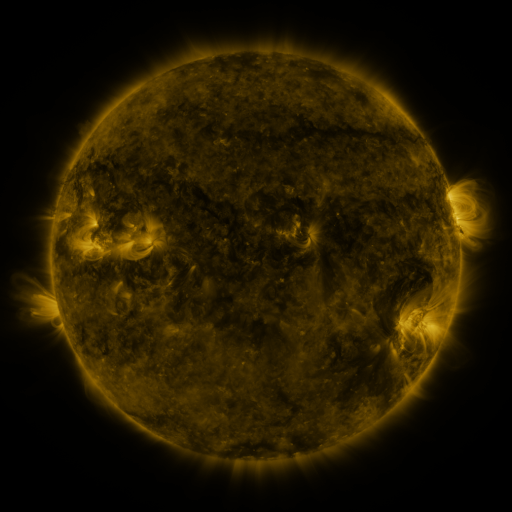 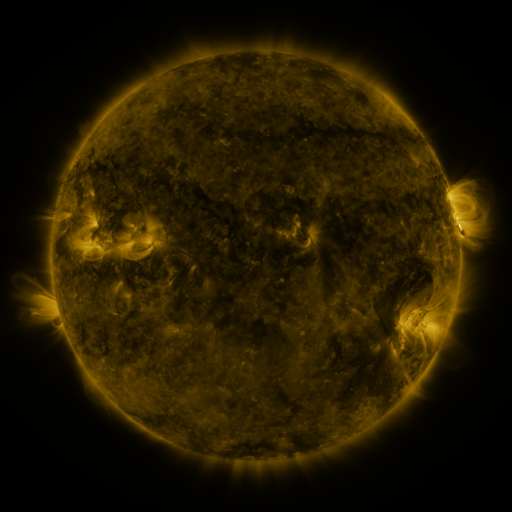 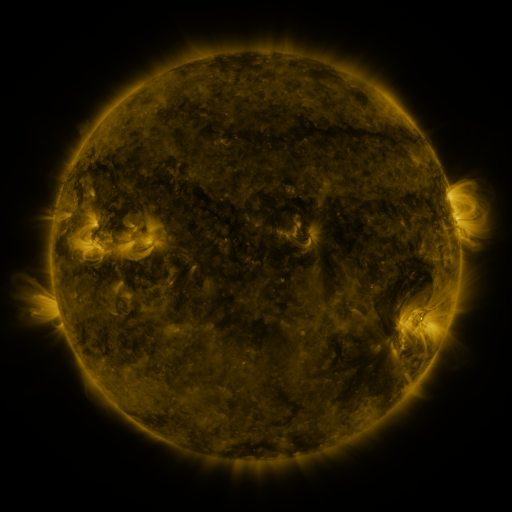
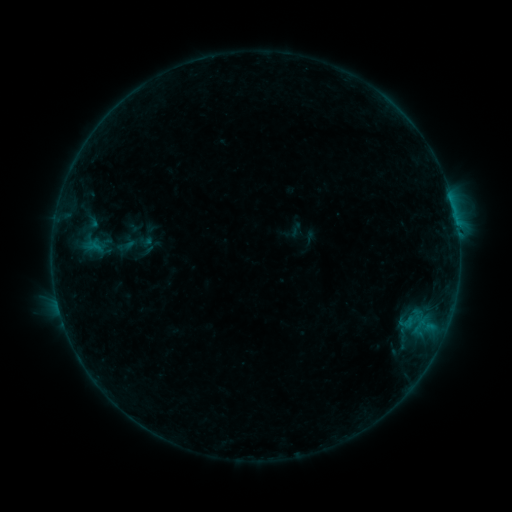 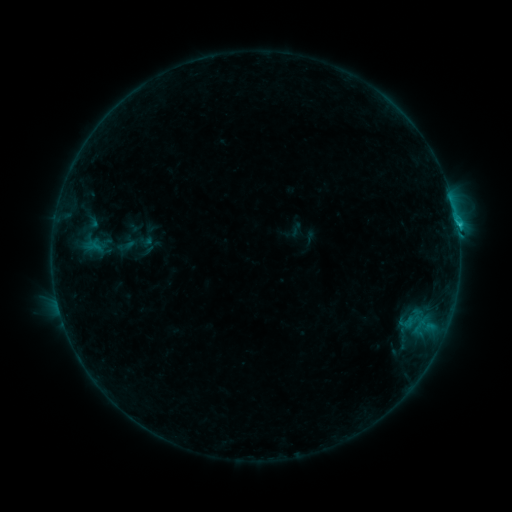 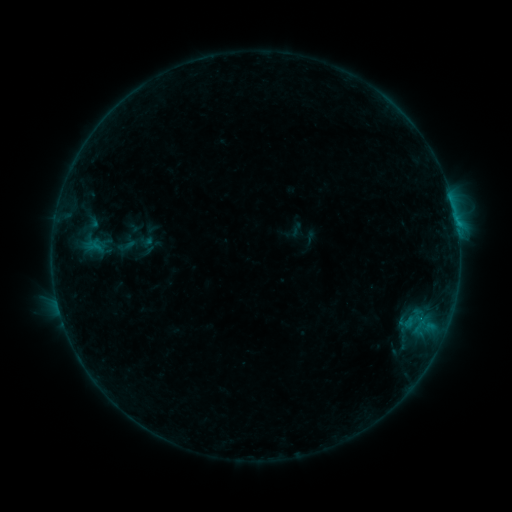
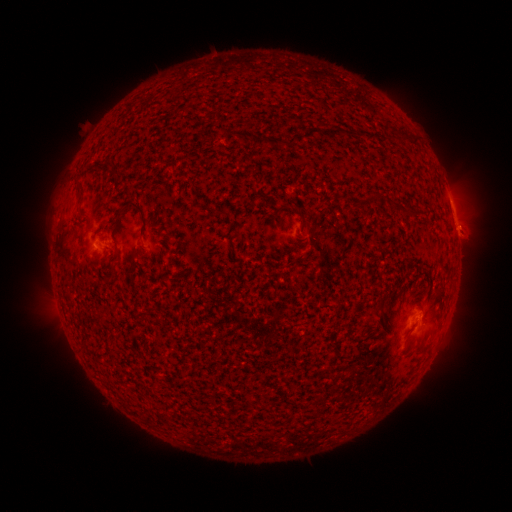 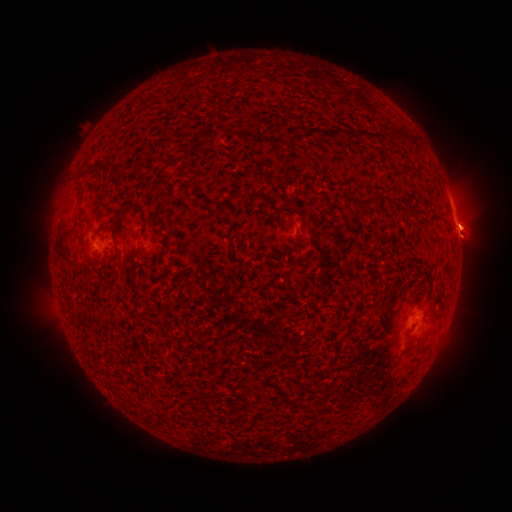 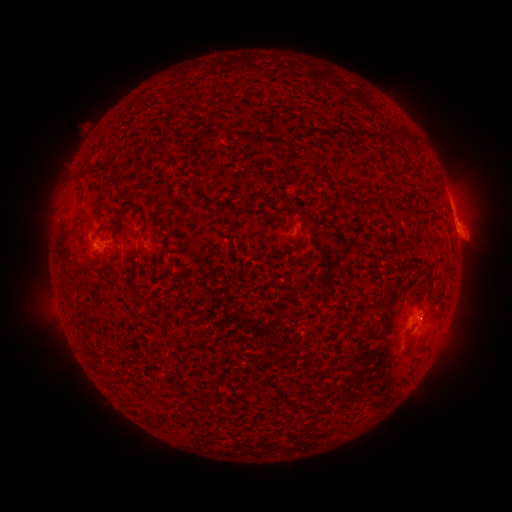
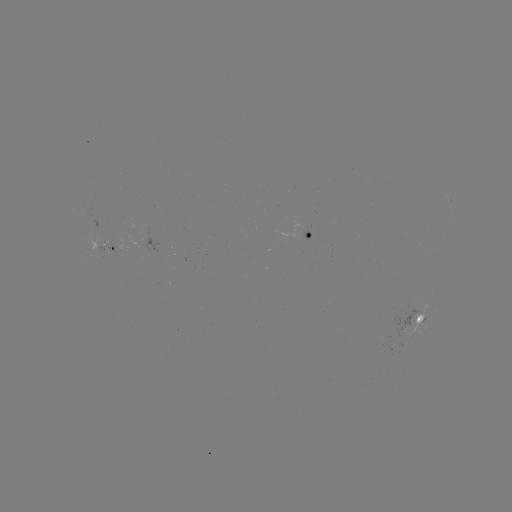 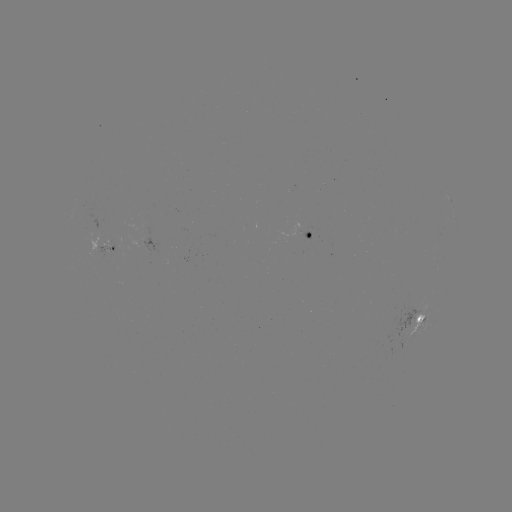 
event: flare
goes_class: B7.4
